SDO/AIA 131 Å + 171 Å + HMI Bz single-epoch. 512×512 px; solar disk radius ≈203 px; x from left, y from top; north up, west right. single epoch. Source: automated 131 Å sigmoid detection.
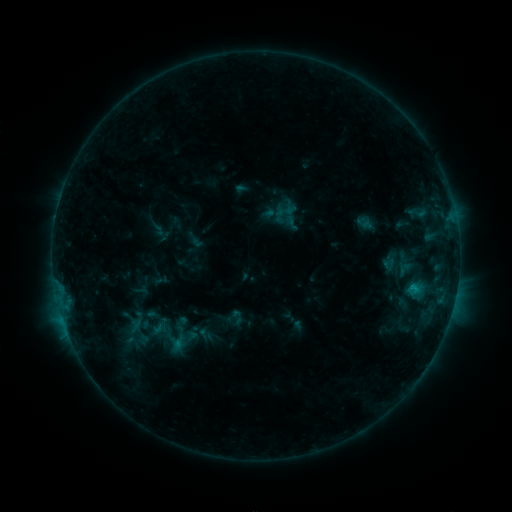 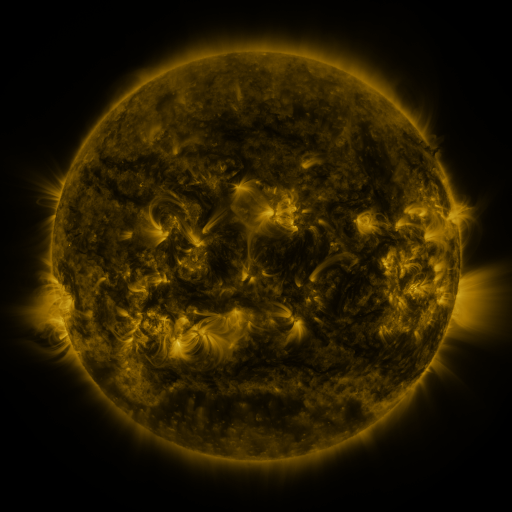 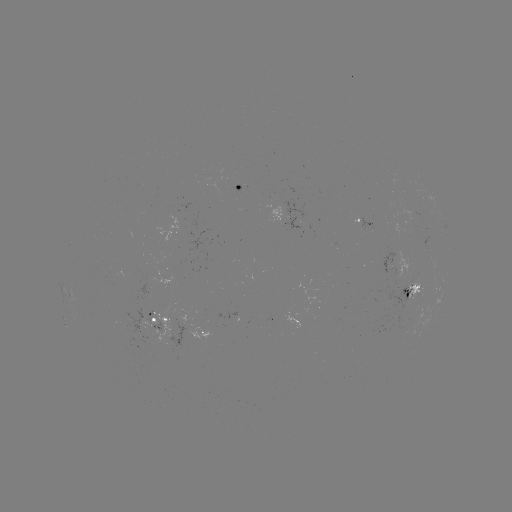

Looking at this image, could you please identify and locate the sigmoid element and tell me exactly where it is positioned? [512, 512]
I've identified sigmoid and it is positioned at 144,314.